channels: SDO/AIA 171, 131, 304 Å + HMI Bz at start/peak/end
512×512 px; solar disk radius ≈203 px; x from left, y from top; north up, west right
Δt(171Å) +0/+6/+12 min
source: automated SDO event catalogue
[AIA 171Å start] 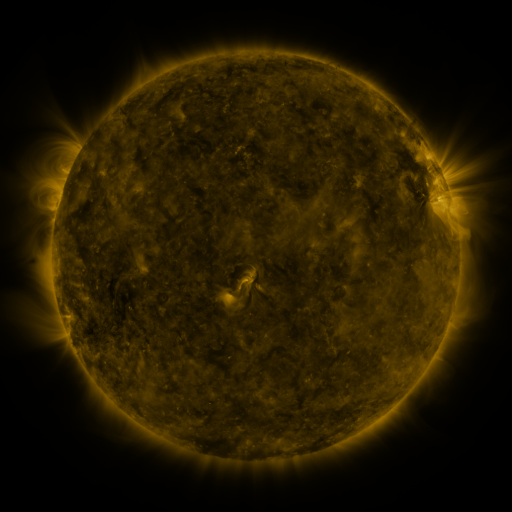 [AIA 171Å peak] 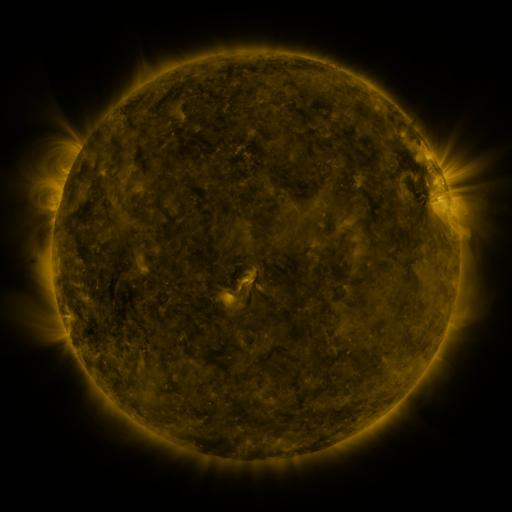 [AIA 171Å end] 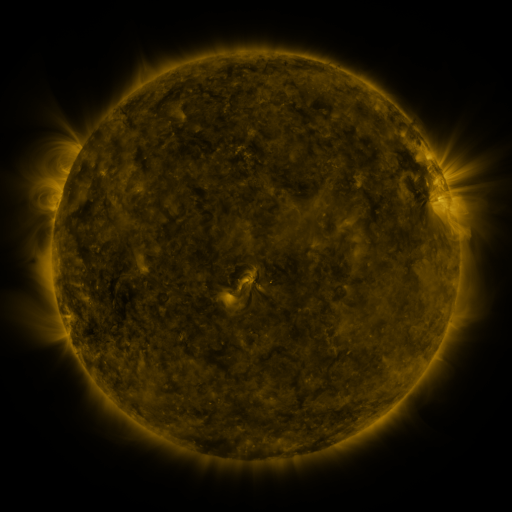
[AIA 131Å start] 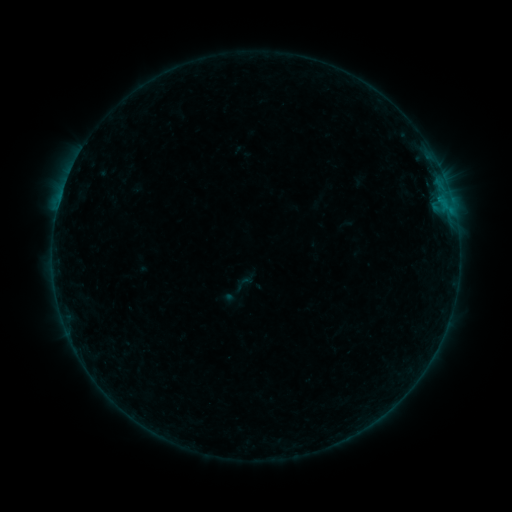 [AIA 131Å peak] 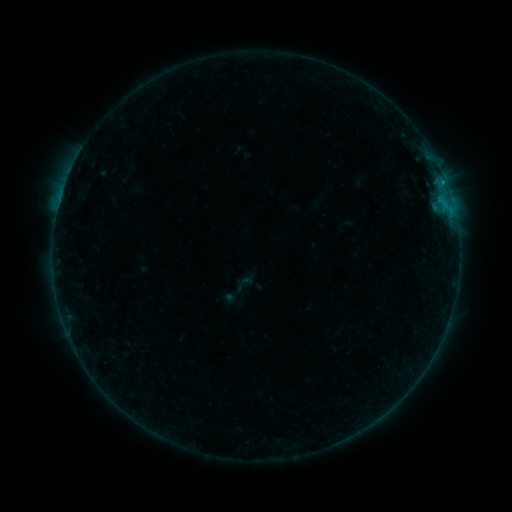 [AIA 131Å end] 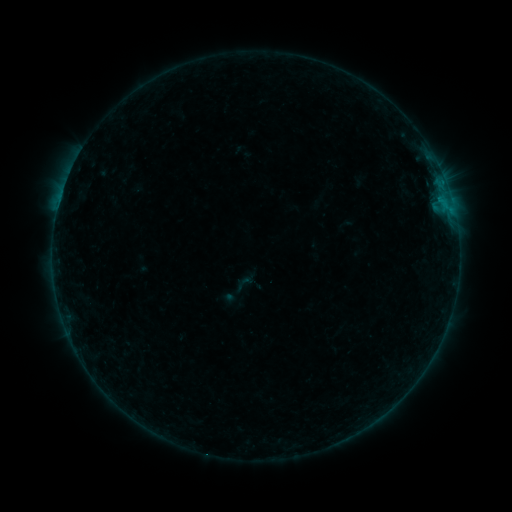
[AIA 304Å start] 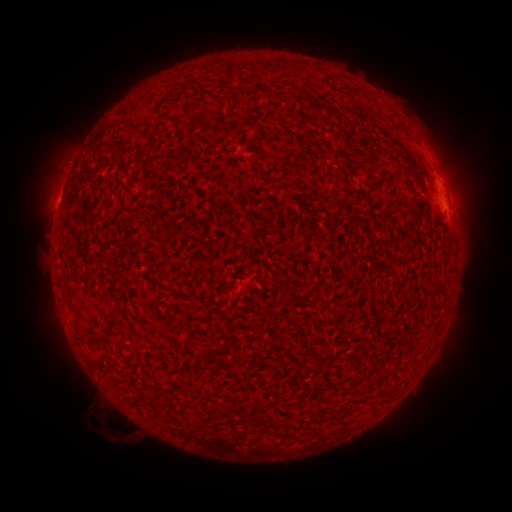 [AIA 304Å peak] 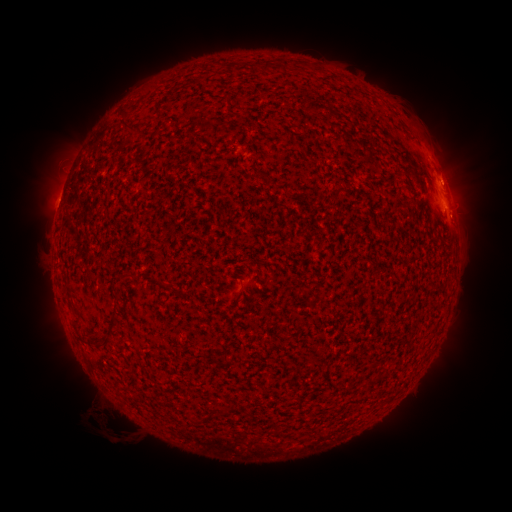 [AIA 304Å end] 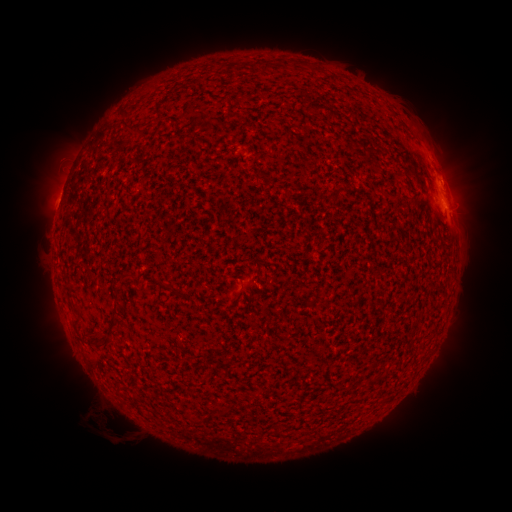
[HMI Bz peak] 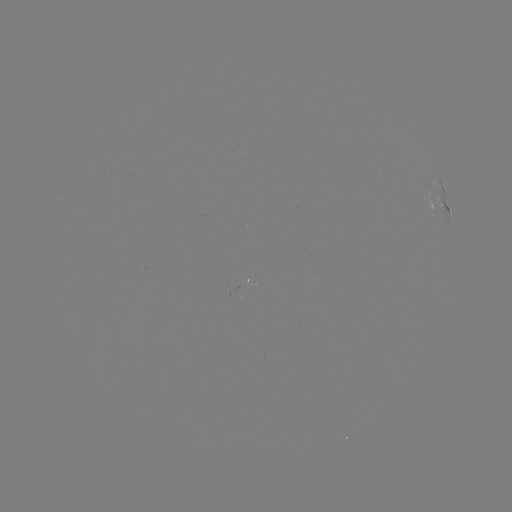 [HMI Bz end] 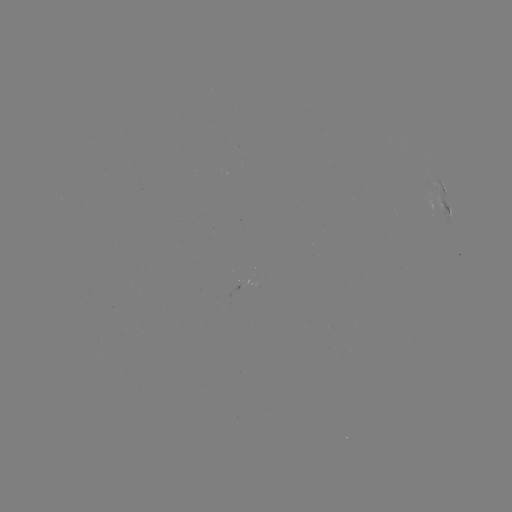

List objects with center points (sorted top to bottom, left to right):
B3.9 flare: (441, 184)
